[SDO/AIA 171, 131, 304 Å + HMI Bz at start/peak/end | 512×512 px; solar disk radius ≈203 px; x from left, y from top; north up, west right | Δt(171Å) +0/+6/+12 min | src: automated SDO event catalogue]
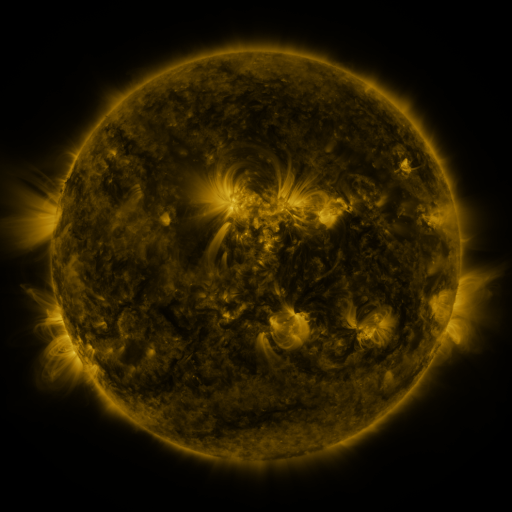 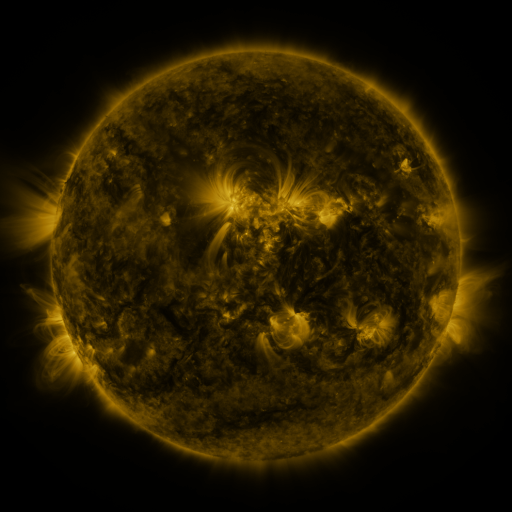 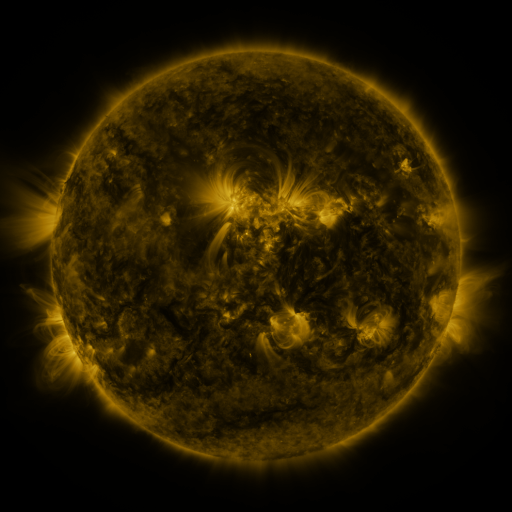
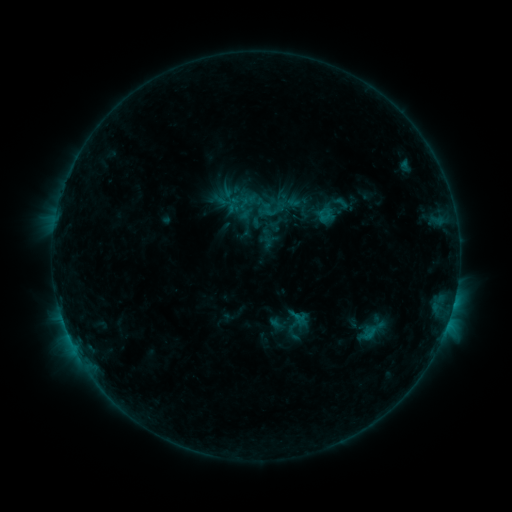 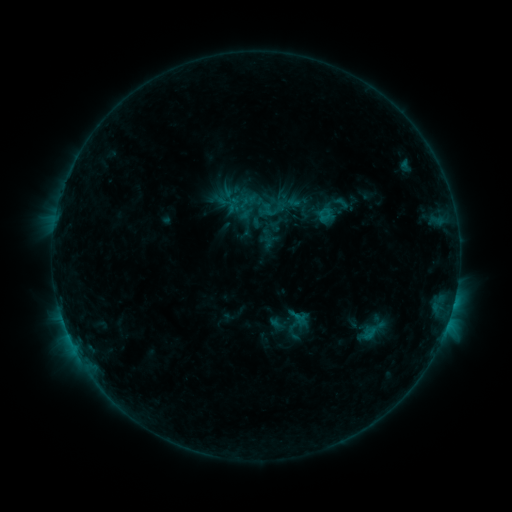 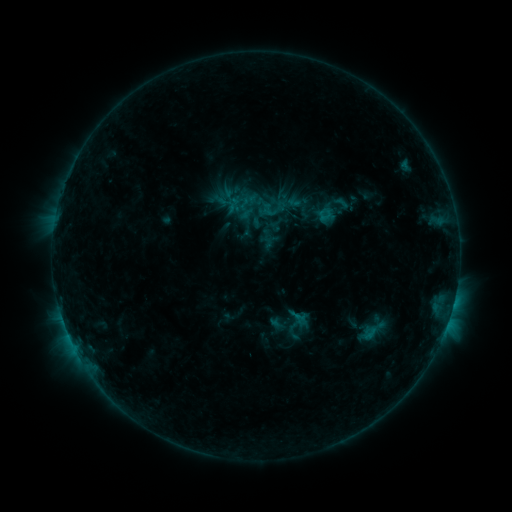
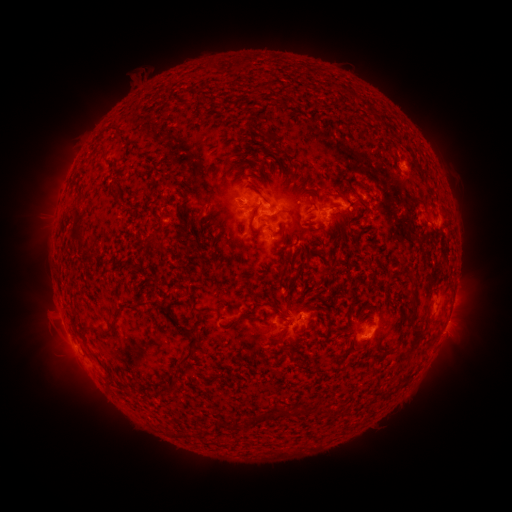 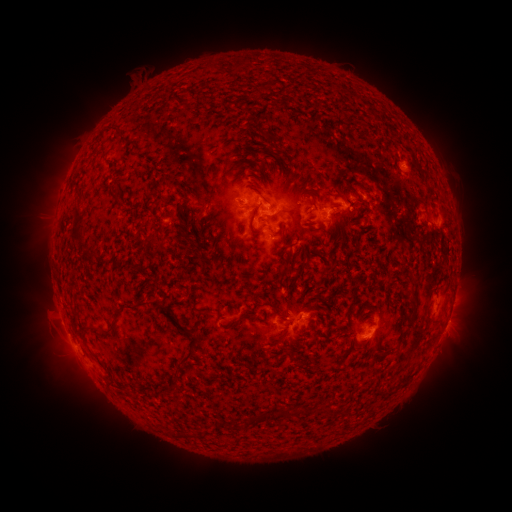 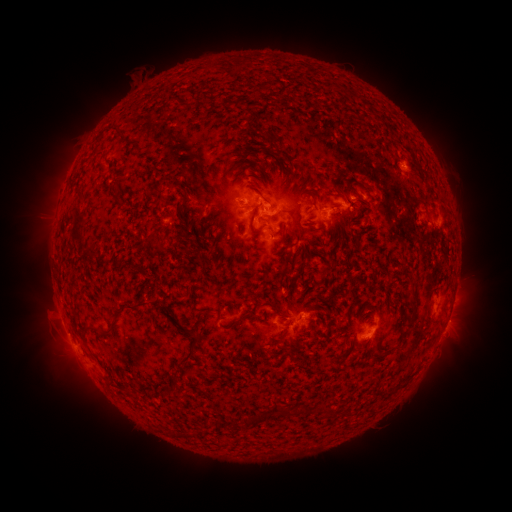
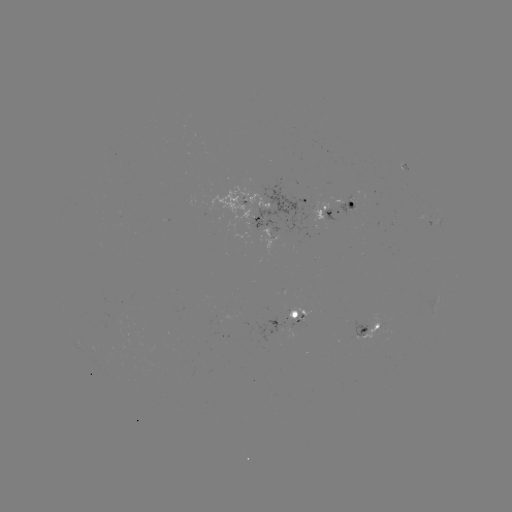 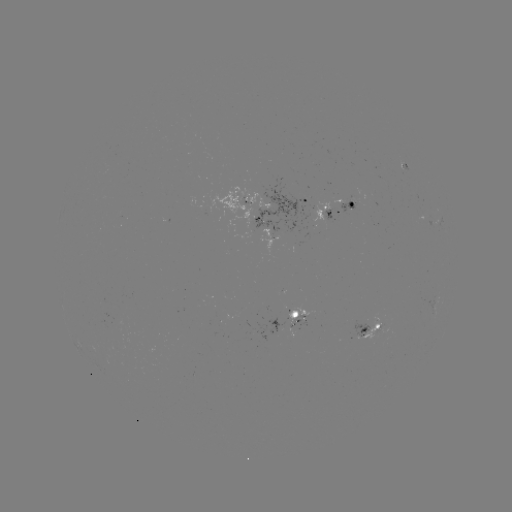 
nothing was catalogued: no classed flare, no EUV trigger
